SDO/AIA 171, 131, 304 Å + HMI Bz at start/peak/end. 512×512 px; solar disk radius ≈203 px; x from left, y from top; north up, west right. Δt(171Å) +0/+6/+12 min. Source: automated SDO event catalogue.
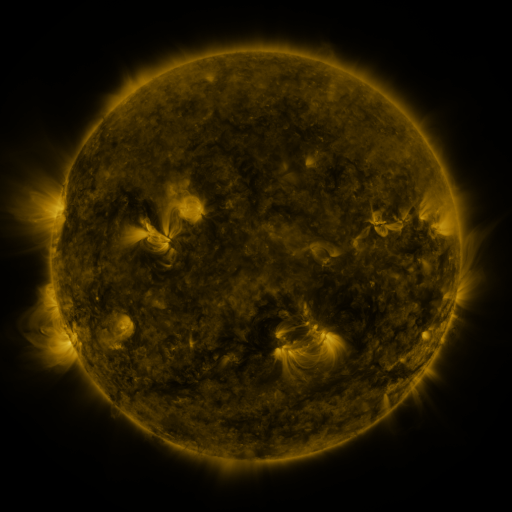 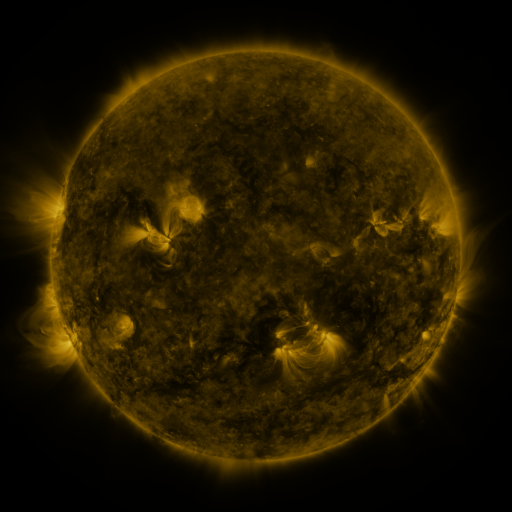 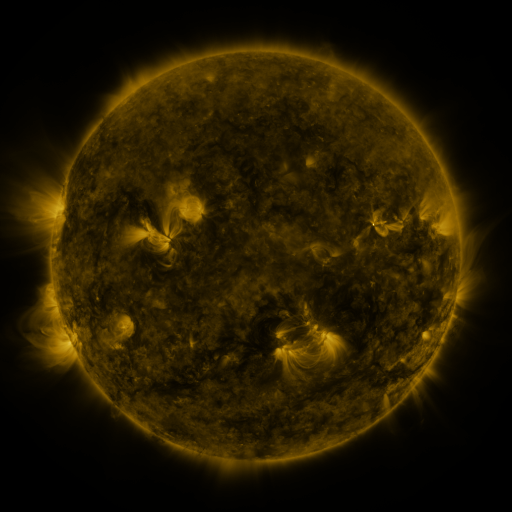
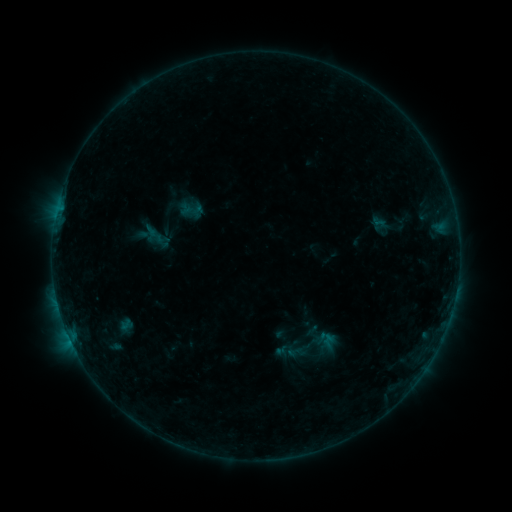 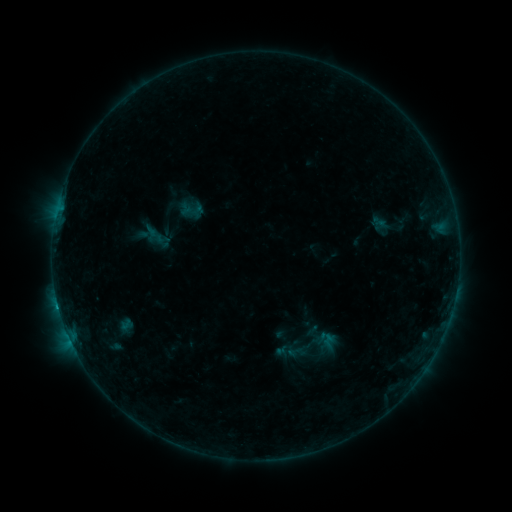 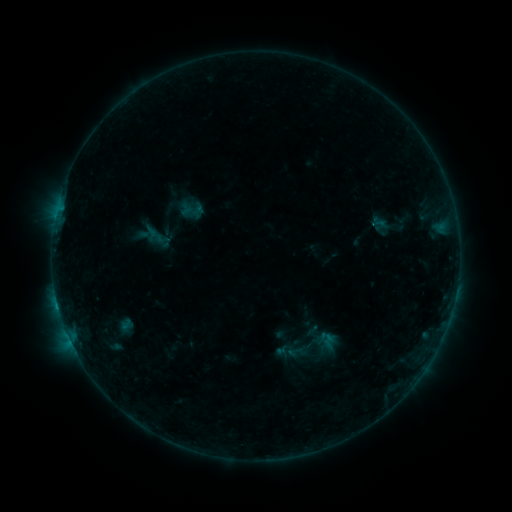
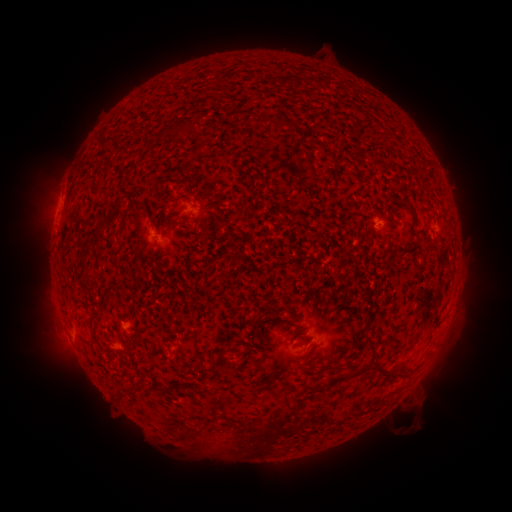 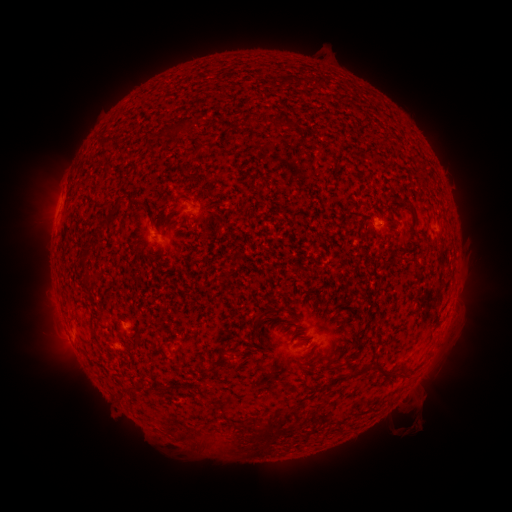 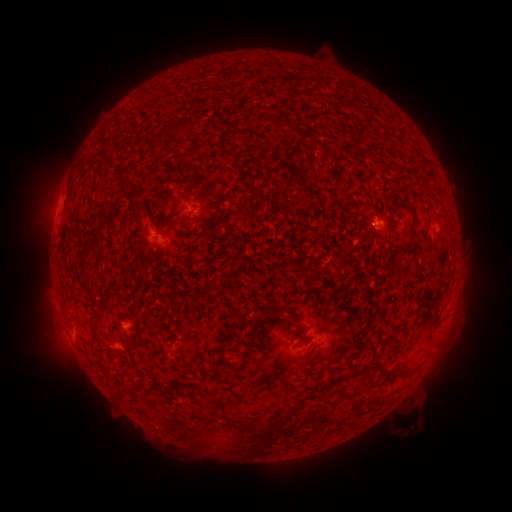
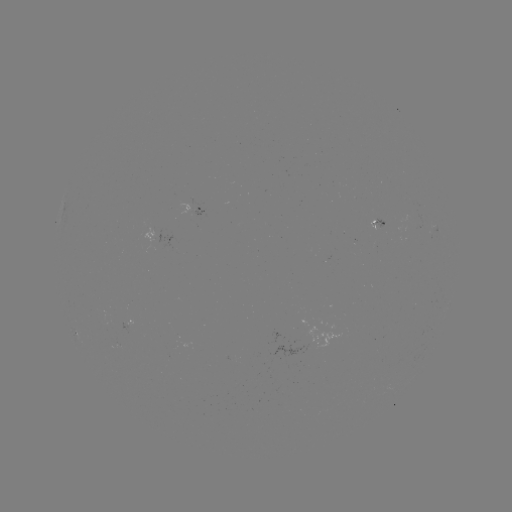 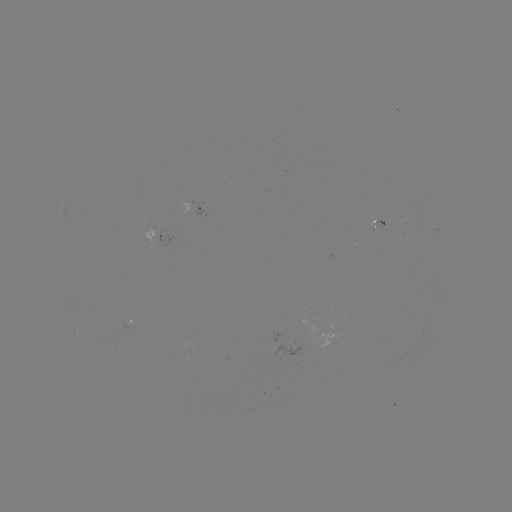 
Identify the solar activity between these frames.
B4.0 flare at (58, 305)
